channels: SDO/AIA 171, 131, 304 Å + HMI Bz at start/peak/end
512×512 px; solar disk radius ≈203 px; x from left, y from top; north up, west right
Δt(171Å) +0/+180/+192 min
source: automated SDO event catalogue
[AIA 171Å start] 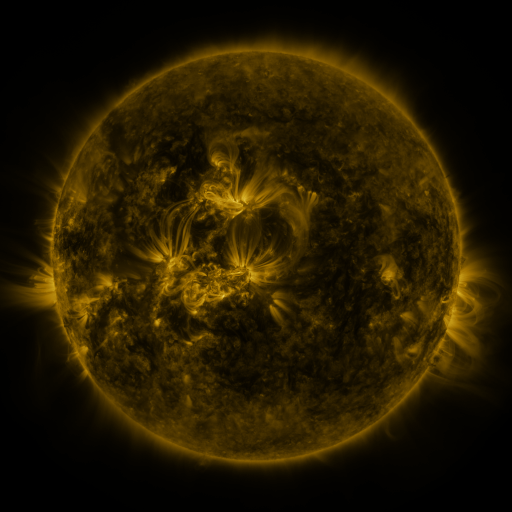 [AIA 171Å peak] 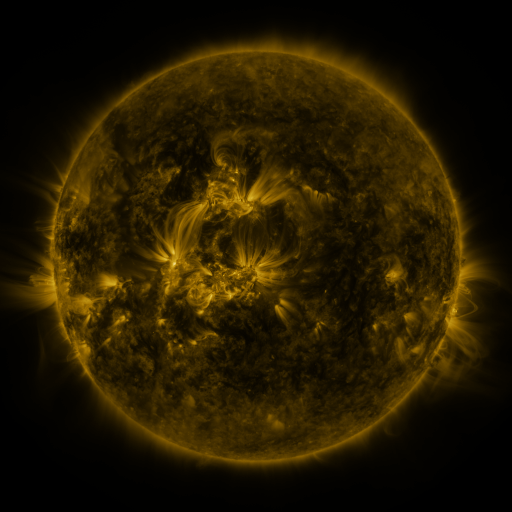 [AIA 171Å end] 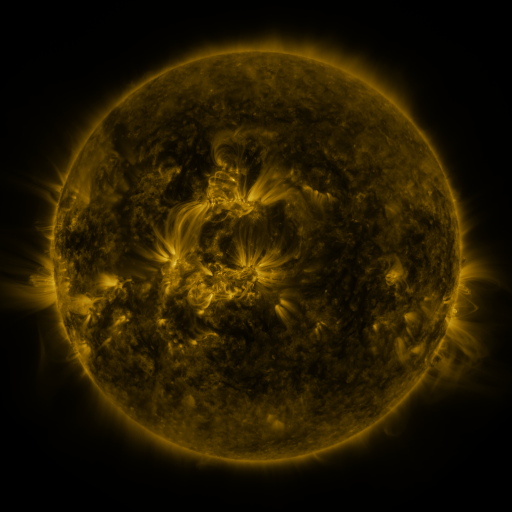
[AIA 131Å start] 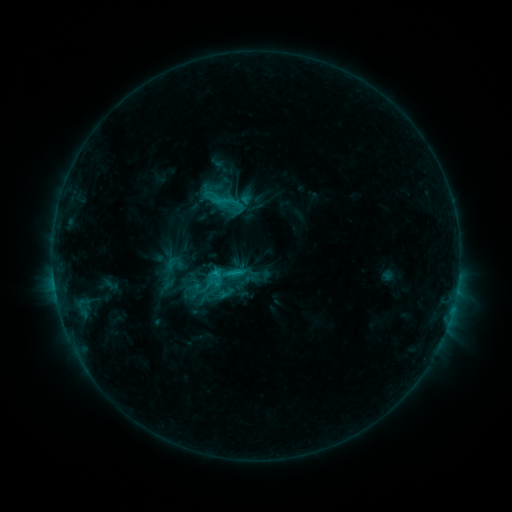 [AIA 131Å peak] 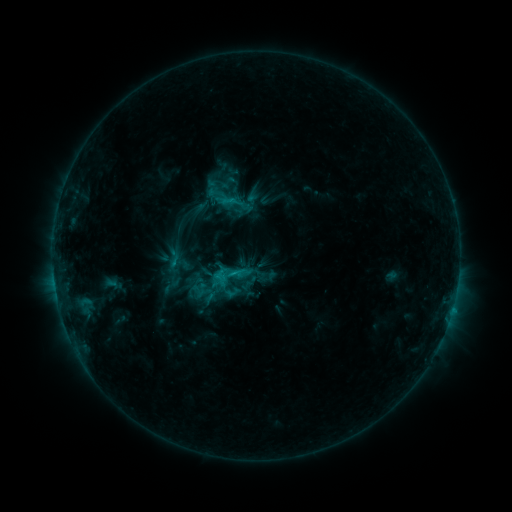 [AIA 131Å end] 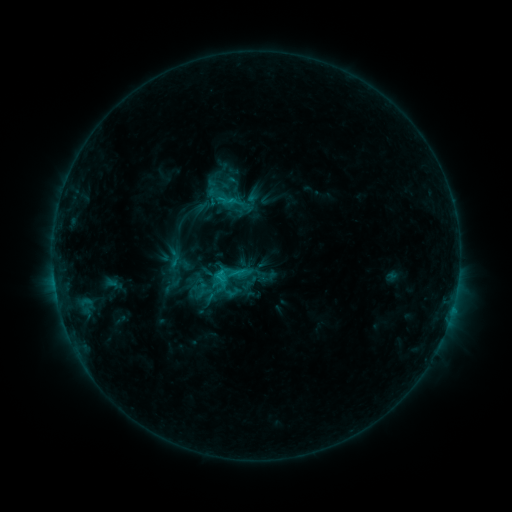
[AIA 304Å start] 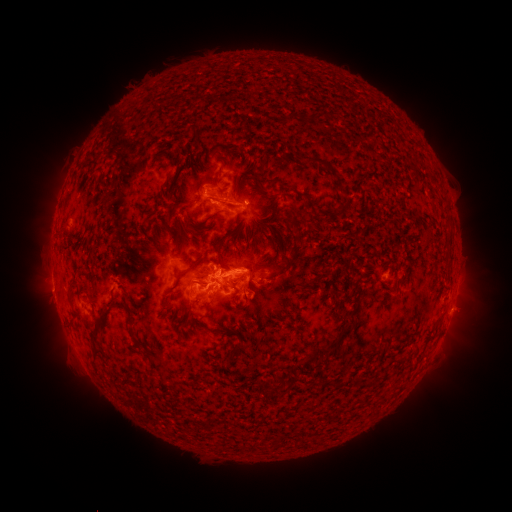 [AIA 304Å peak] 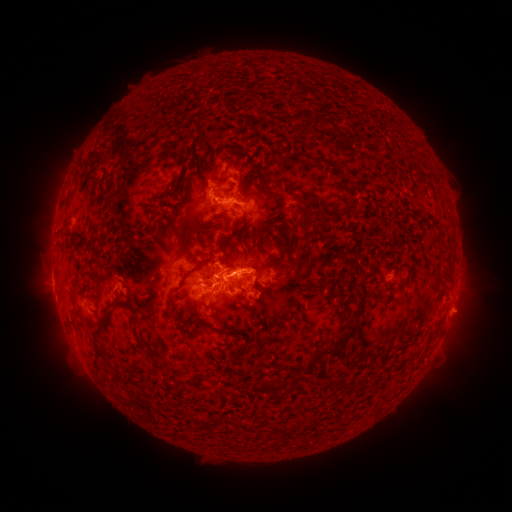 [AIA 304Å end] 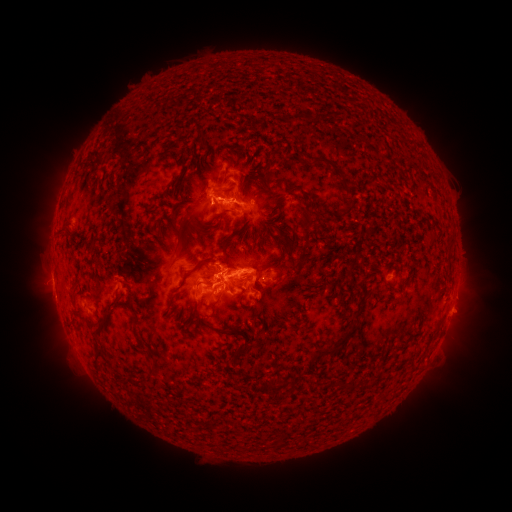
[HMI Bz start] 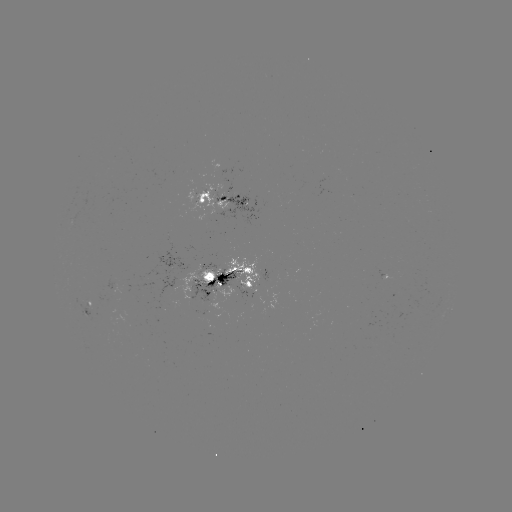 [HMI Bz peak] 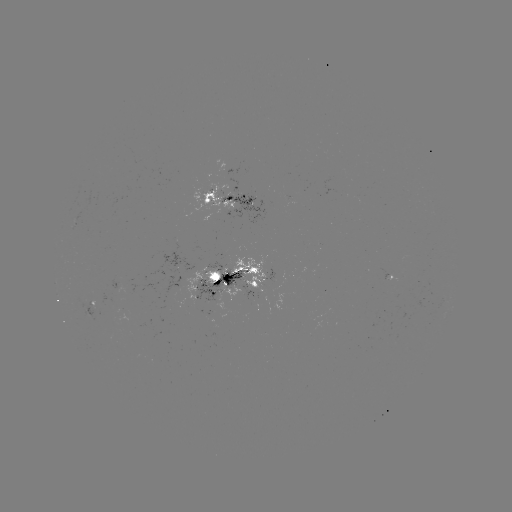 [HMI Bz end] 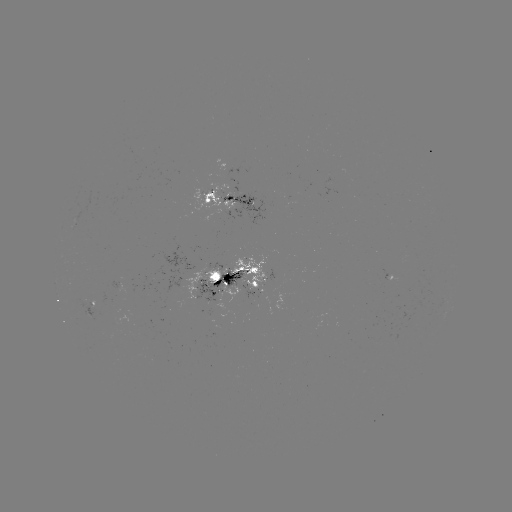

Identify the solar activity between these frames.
emerging-flux region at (288, 201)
